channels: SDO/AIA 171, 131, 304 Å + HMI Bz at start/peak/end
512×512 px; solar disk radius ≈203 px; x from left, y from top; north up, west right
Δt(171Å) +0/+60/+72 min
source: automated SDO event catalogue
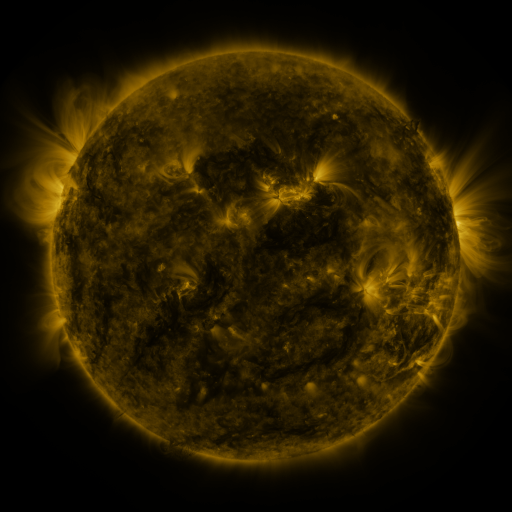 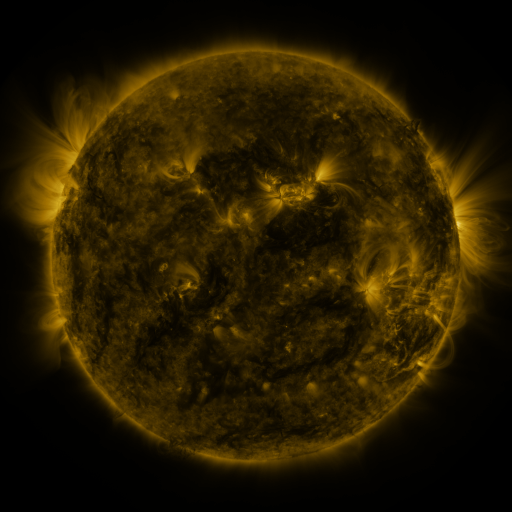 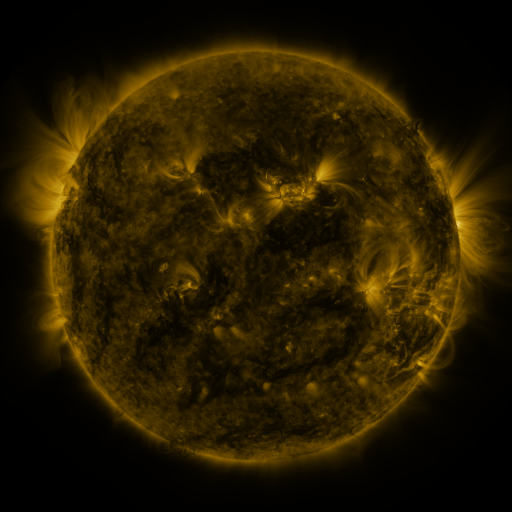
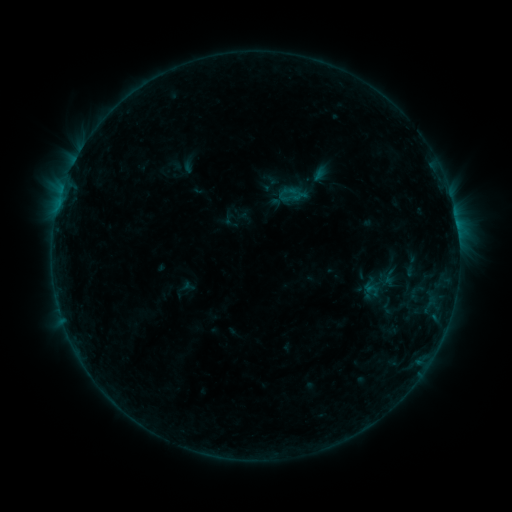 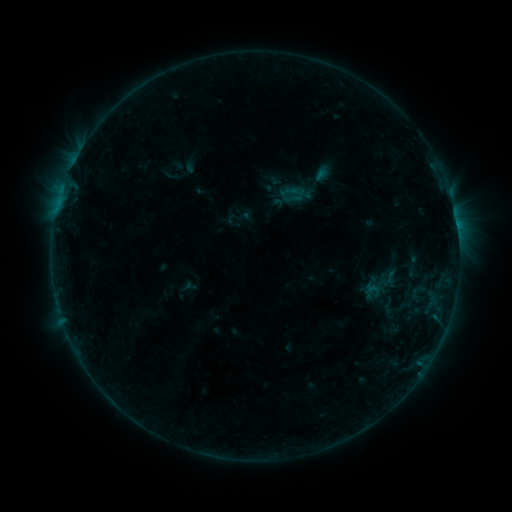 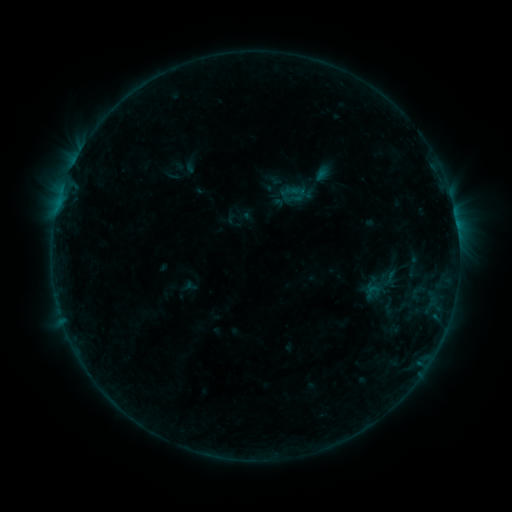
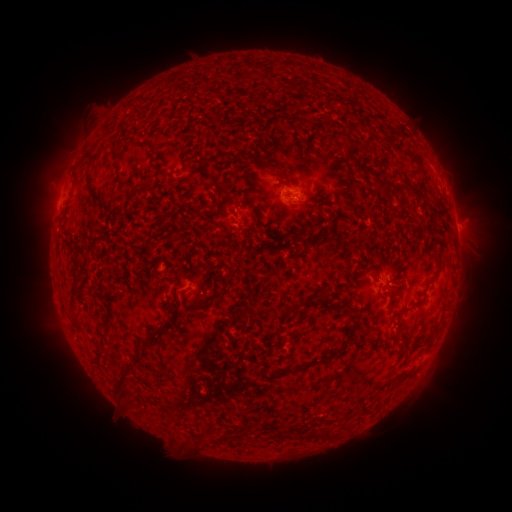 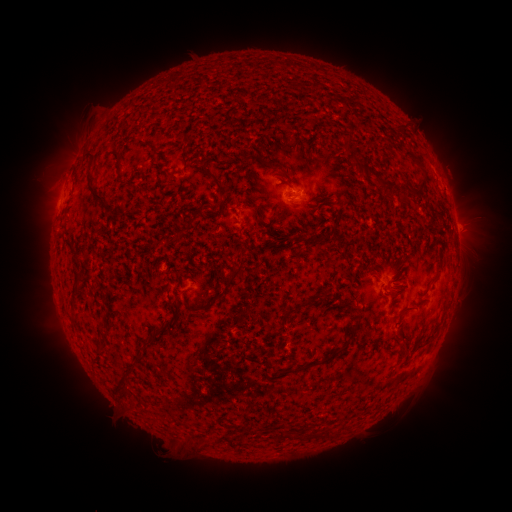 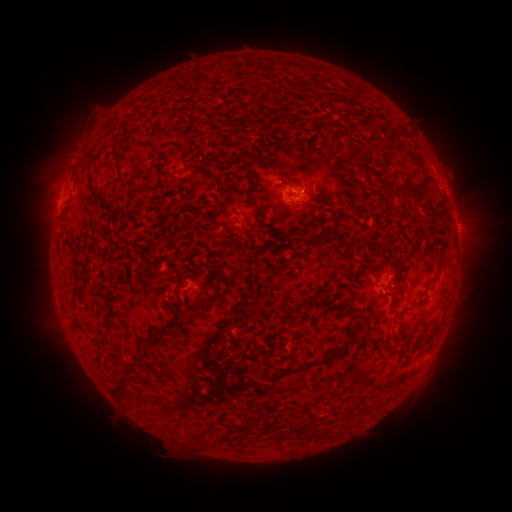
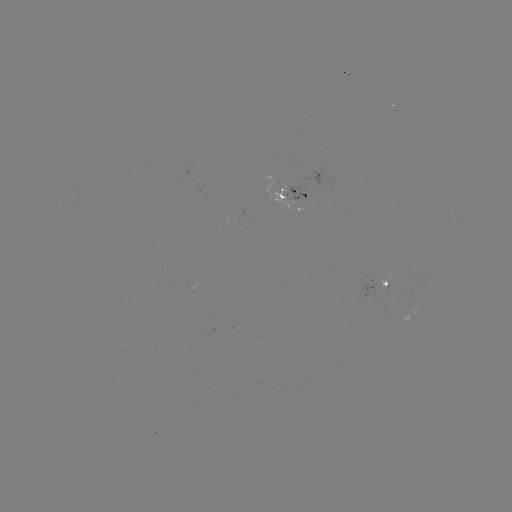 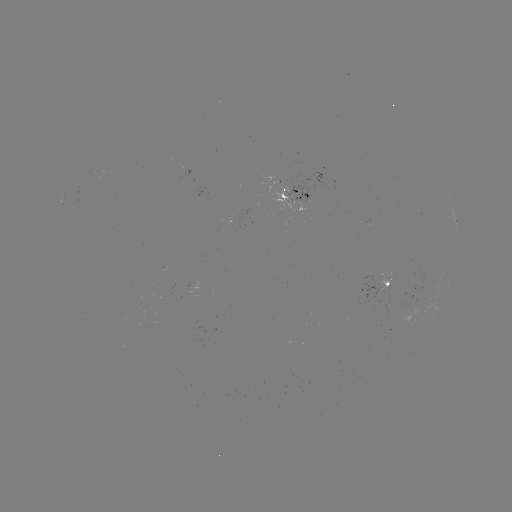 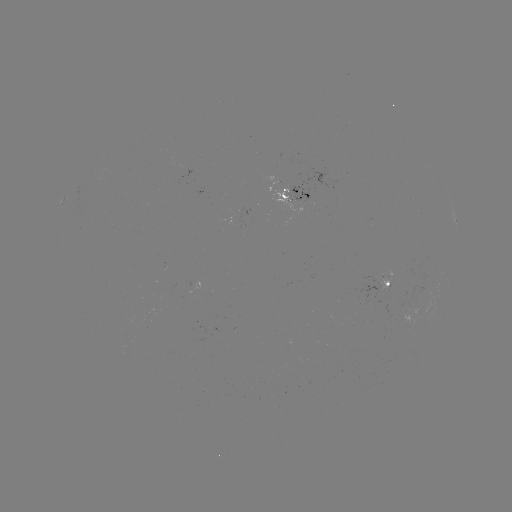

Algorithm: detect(emerging-flux region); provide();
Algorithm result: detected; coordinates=299,194